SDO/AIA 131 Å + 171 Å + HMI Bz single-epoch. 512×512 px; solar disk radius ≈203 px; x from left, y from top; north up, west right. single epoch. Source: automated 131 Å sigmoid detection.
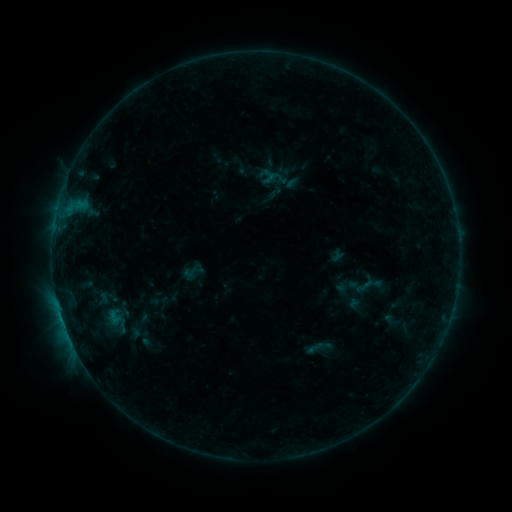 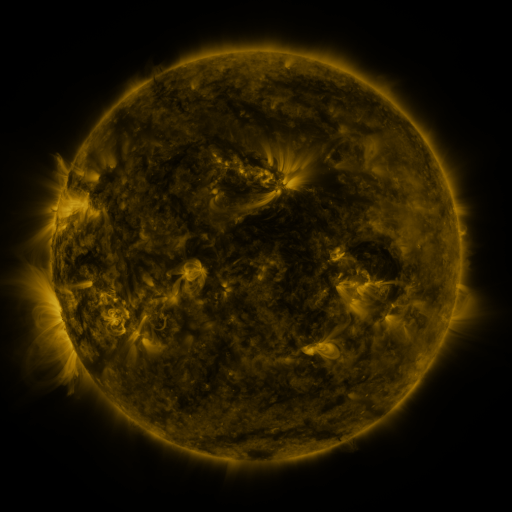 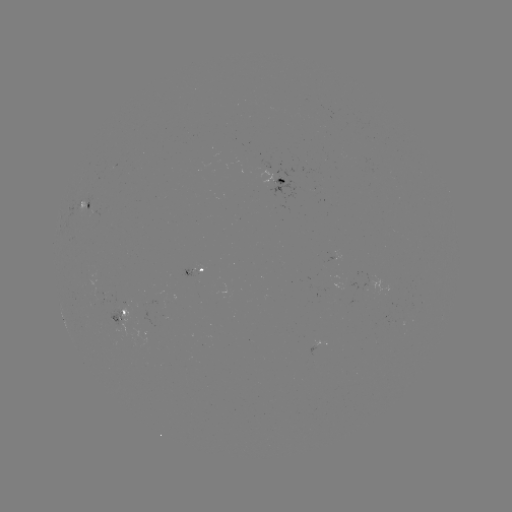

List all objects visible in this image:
sigmoid: (370, 284)
sigmoid: (314, 348)
